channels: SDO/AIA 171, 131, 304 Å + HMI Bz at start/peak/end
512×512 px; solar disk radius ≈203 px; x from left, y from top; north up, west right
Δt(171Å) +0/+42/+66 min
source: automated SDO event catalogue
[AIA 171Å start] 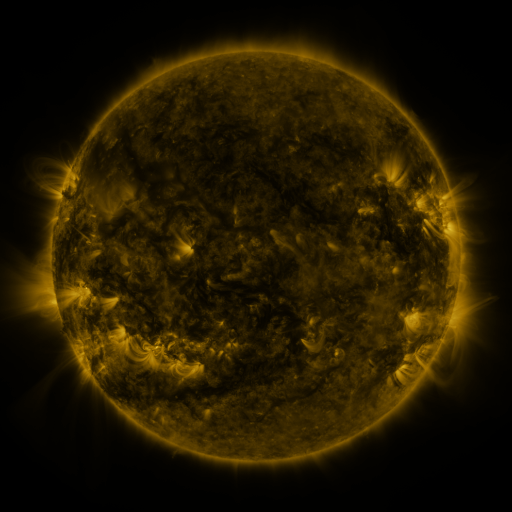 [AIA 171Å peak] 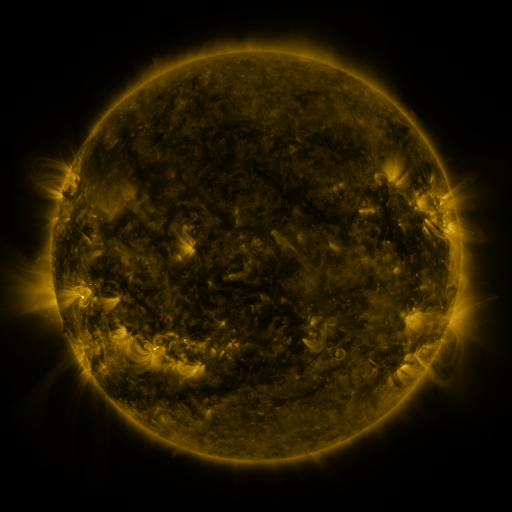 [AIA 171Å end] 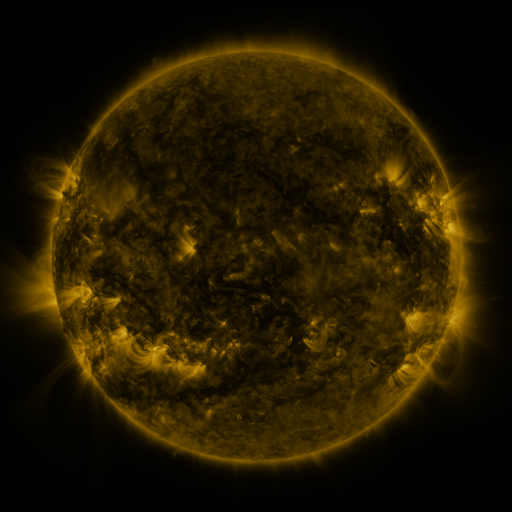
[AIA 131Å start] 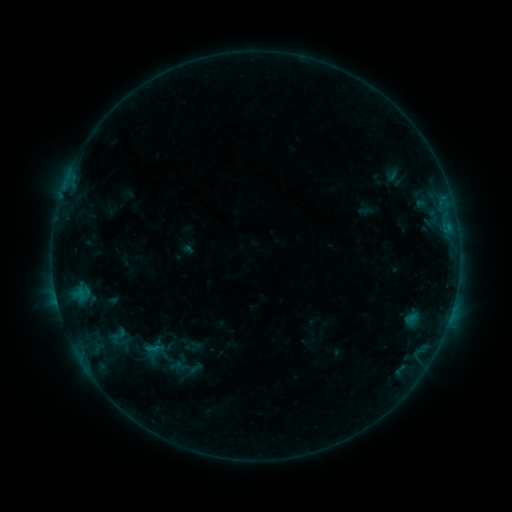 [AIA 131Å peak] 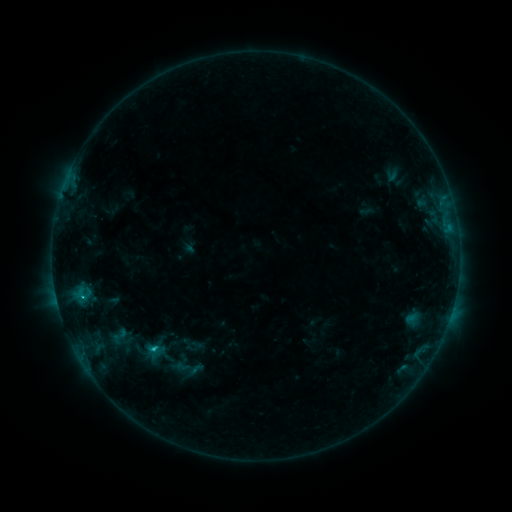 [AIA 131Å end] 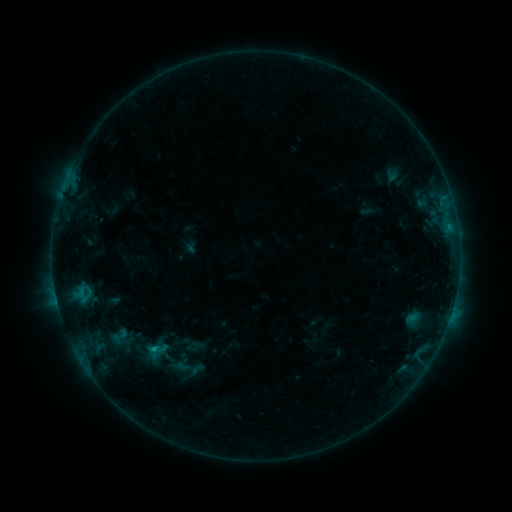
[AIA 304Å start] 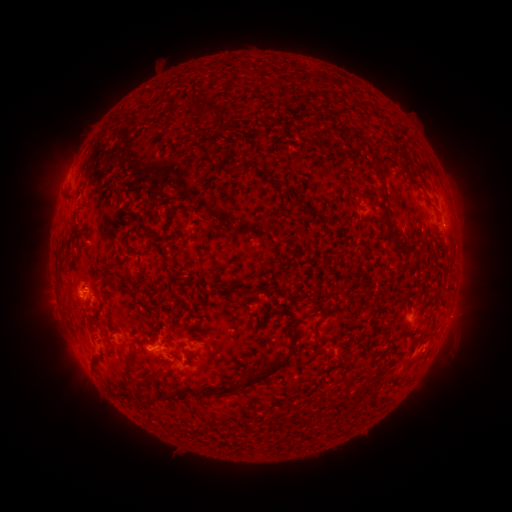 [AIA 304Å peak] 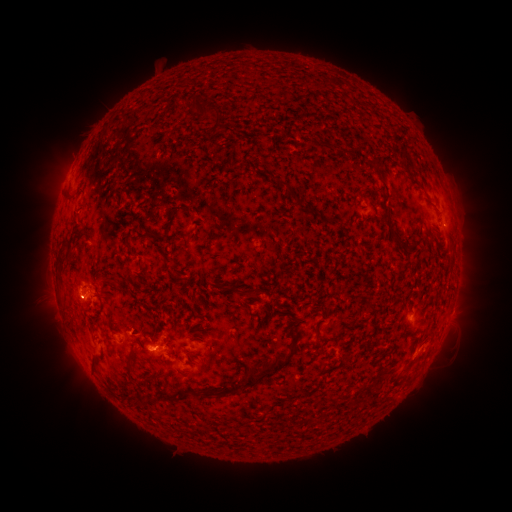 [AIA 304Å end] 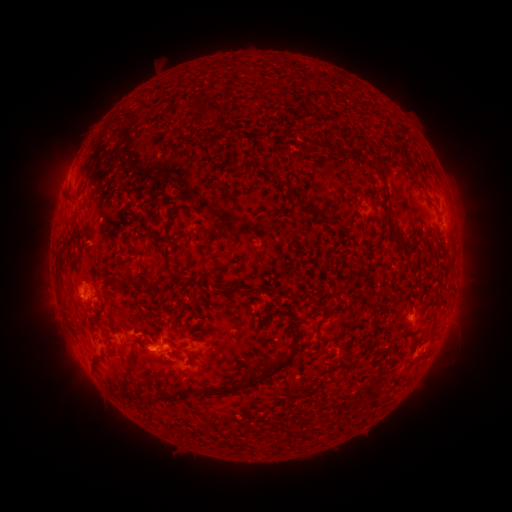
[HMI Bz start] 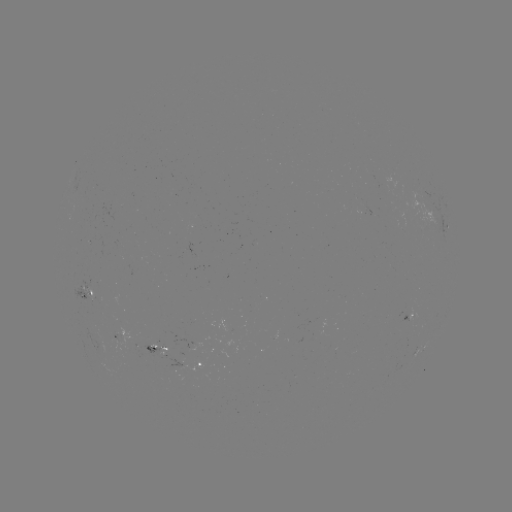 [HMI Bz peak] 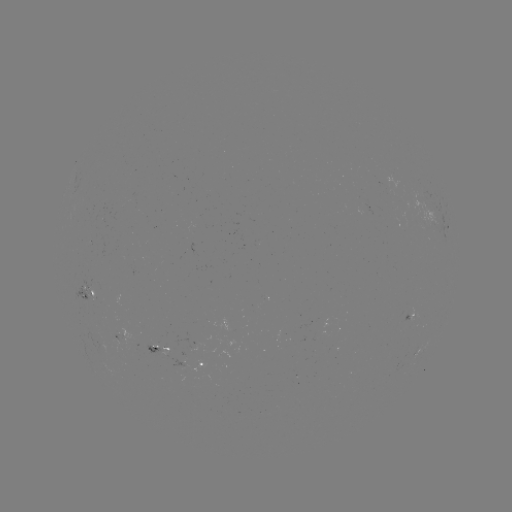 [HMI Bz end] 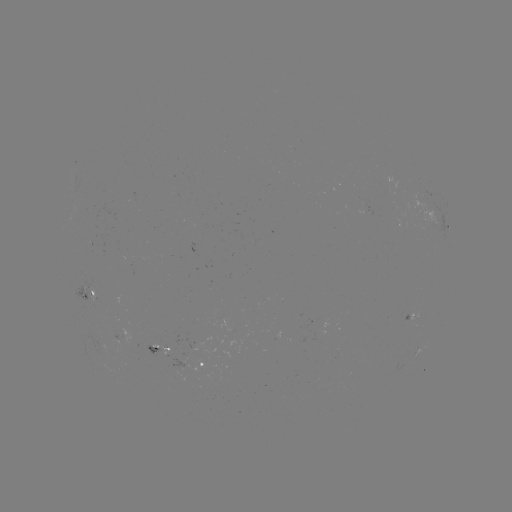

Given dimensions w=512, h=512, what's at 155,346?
B9.6 flare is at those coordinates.